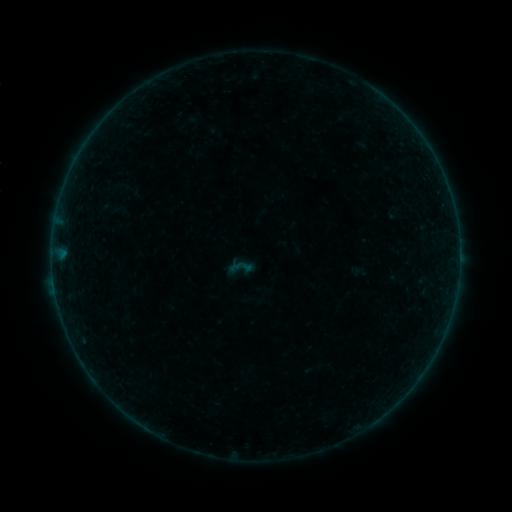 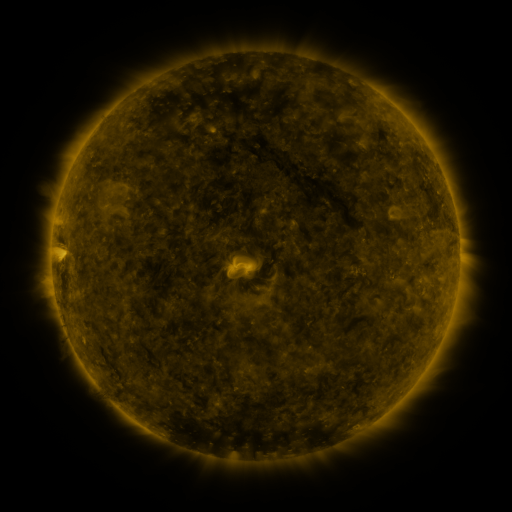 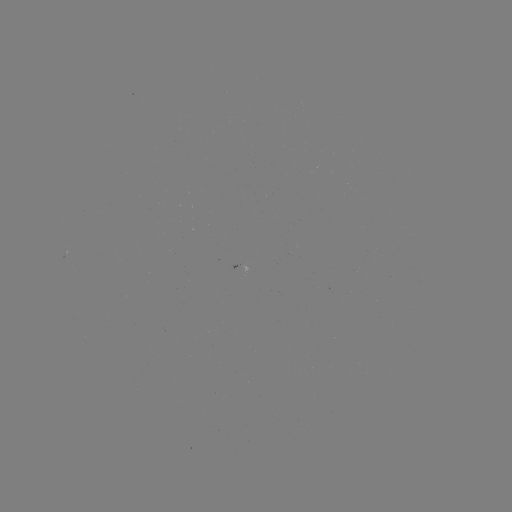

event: sigmoid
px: (241, 267)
